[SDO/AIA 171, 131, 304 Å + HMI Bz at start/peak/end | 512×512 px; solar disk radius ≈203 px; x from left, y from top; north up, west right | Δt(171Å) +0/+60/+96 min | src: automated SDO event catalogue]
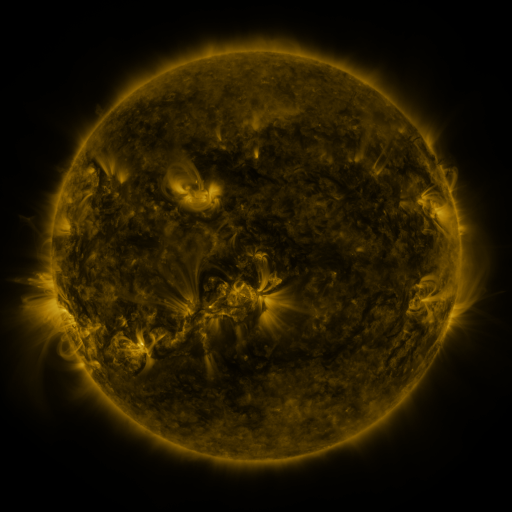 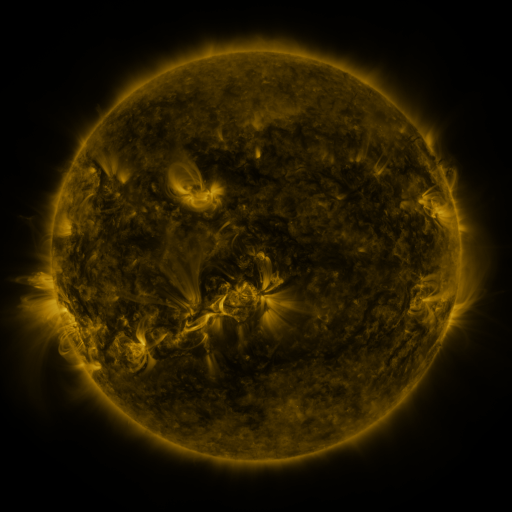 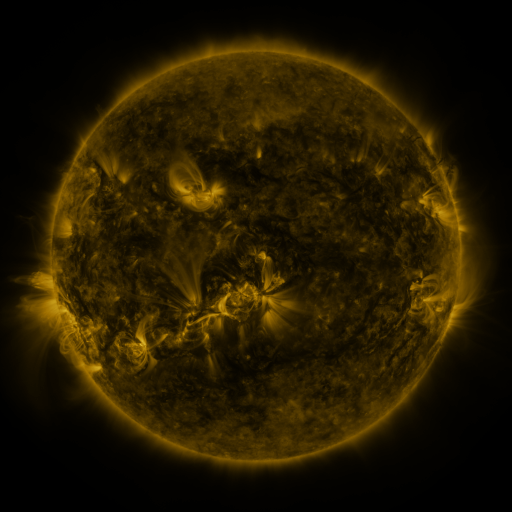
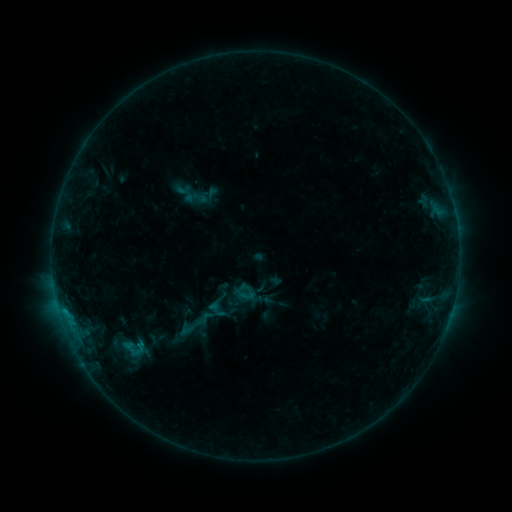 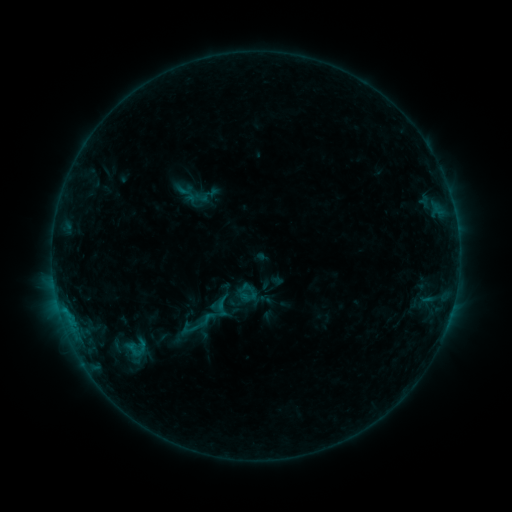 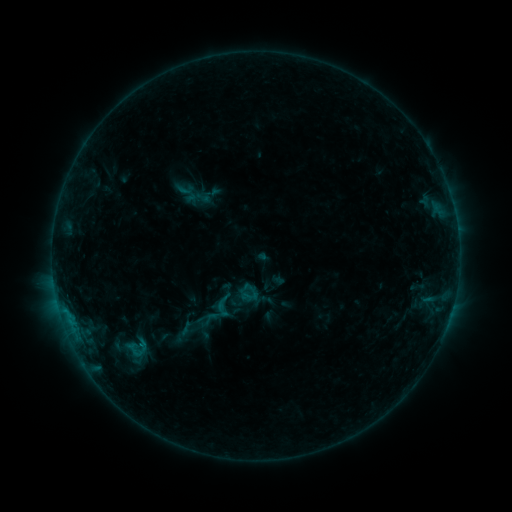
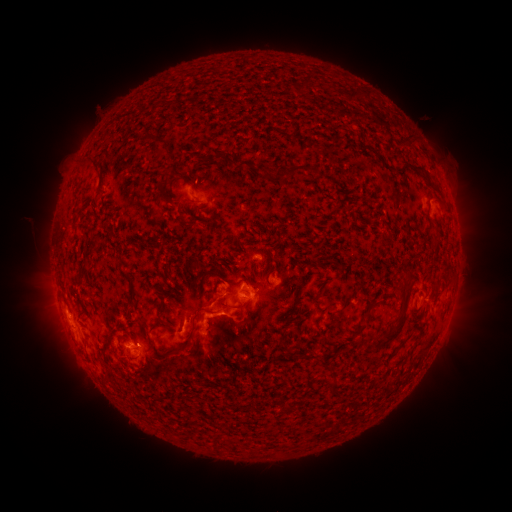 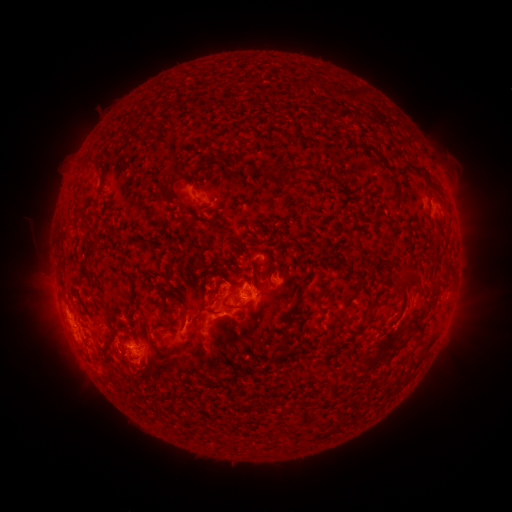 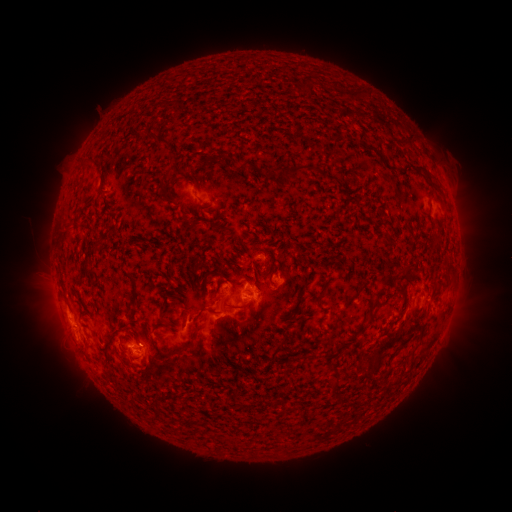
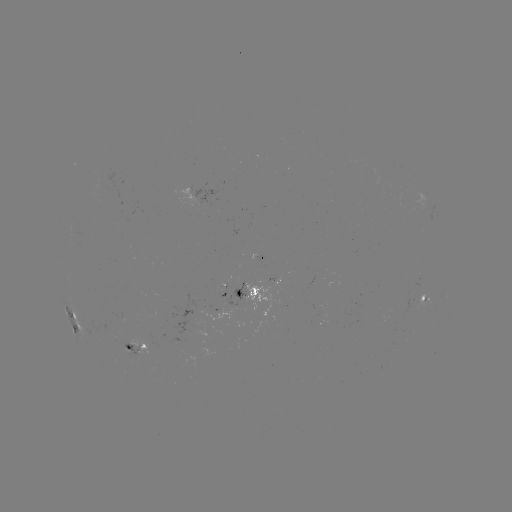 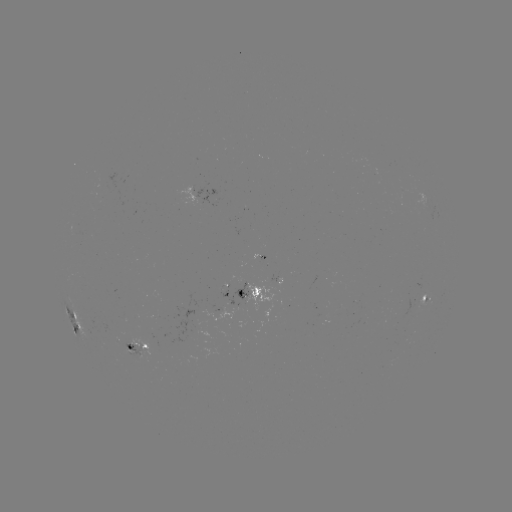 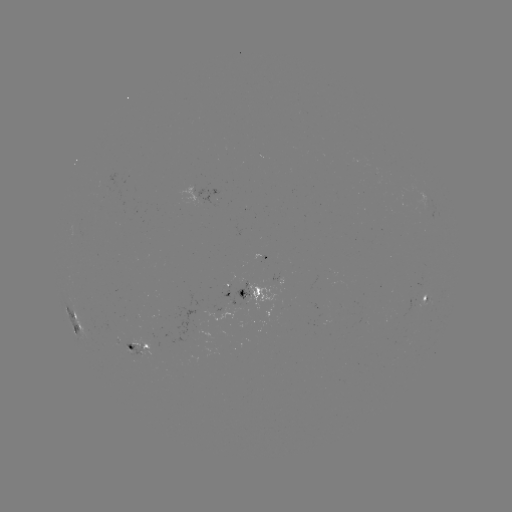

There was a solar emerging-flux region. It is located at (136, 350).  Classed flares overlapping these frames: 1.